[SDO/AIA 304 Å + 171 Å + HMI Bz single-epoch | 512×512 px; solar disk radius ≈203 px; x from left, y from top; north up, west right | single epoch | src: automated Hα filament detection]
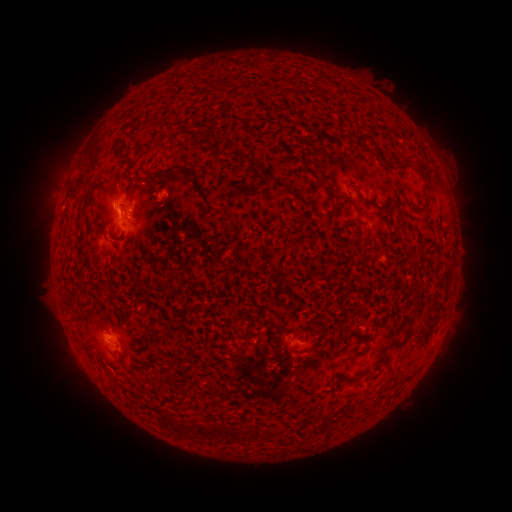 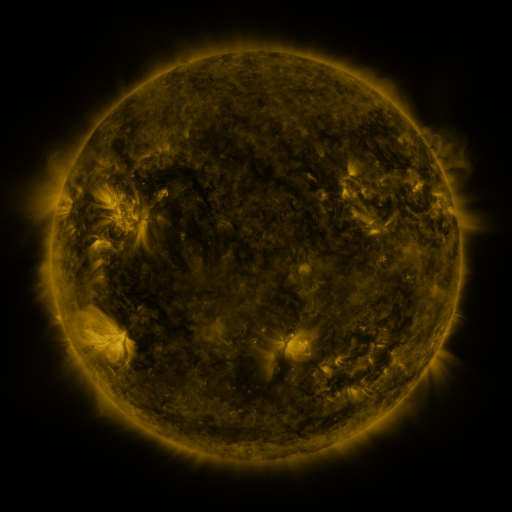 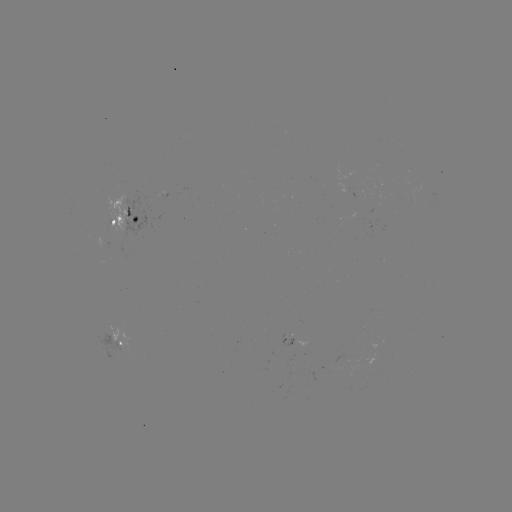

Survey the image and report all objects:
filament: (239, 155)
filament: (160, 175)
filament: (425, 176)
filament: (365, 201)
filament: (336, 203)
filament: (410, 203)
filament: (84, 208)
filament: (226, 225)
filament: (404, 341)
filament: (307, 349)
filament: (170, 418)
filament: (205, 430)
filament: (229, 432)
filament: (256, 433)
filament: (270, 434)
